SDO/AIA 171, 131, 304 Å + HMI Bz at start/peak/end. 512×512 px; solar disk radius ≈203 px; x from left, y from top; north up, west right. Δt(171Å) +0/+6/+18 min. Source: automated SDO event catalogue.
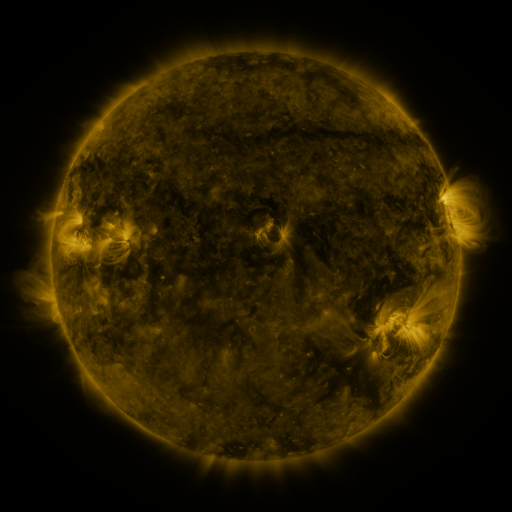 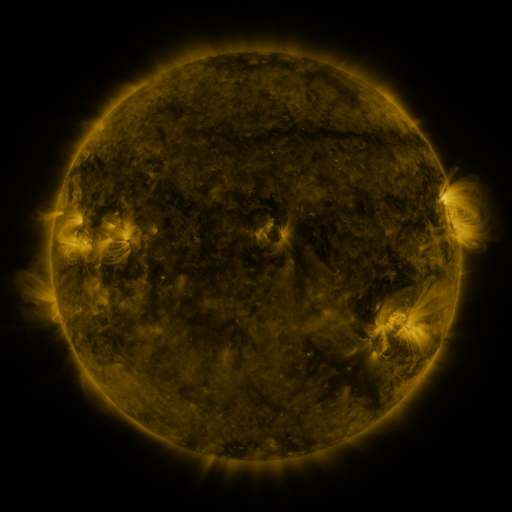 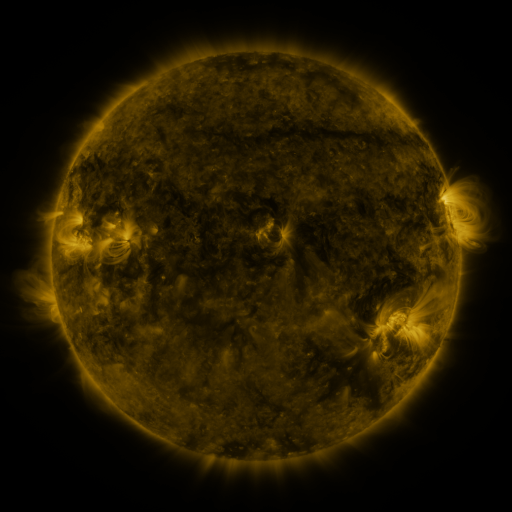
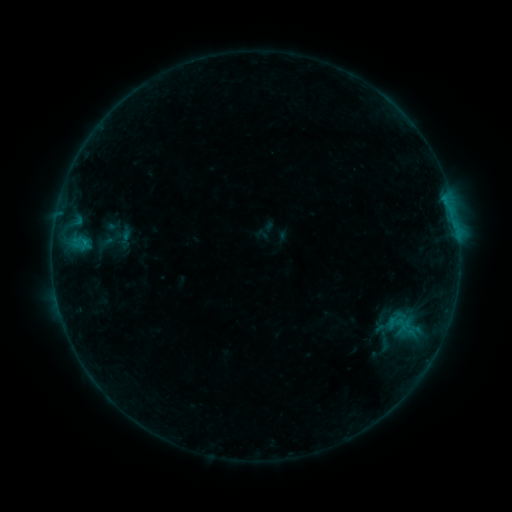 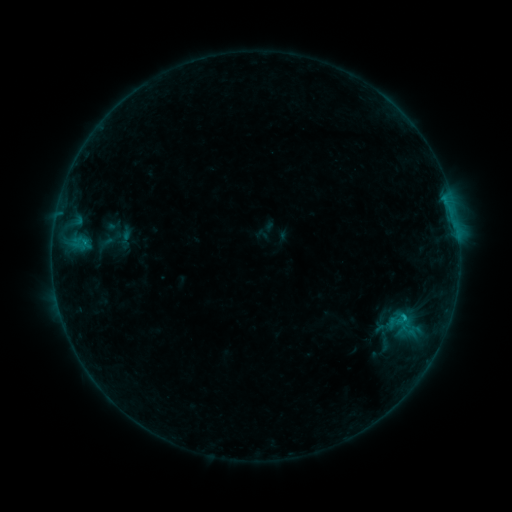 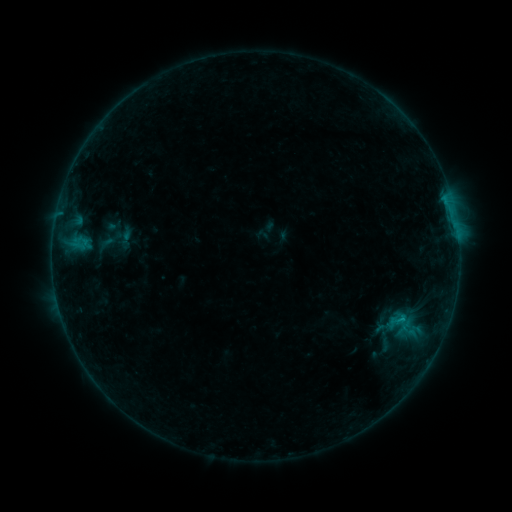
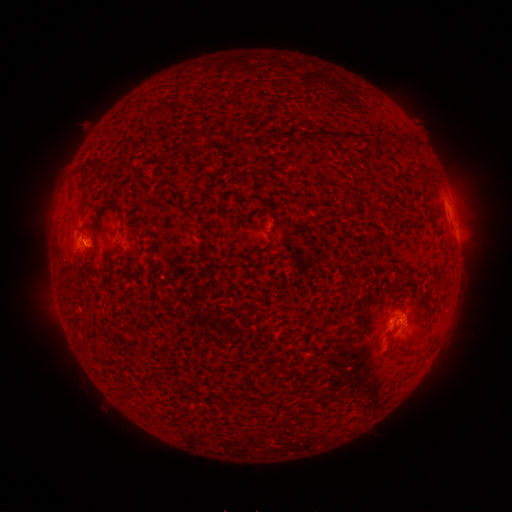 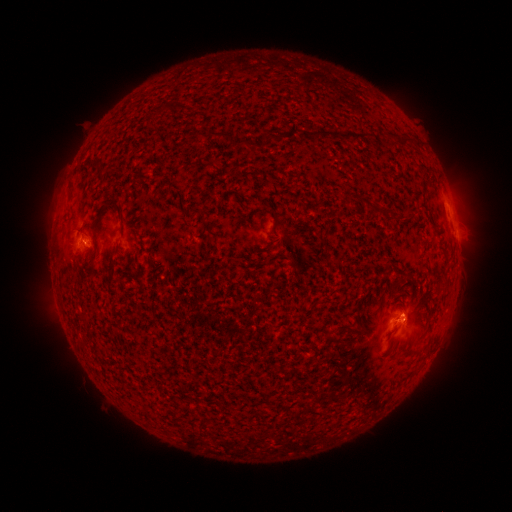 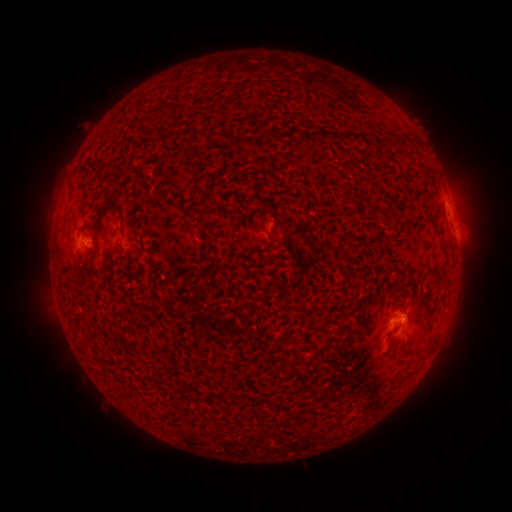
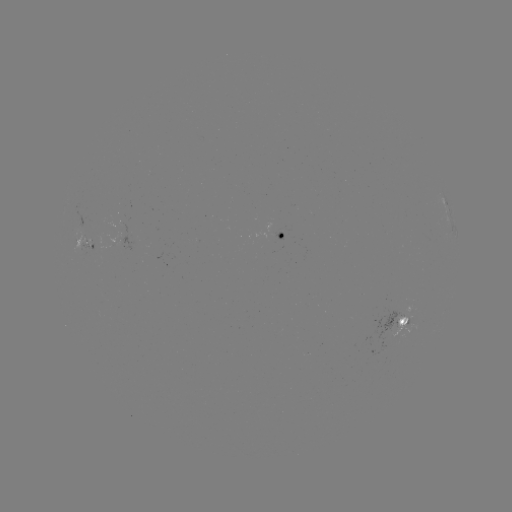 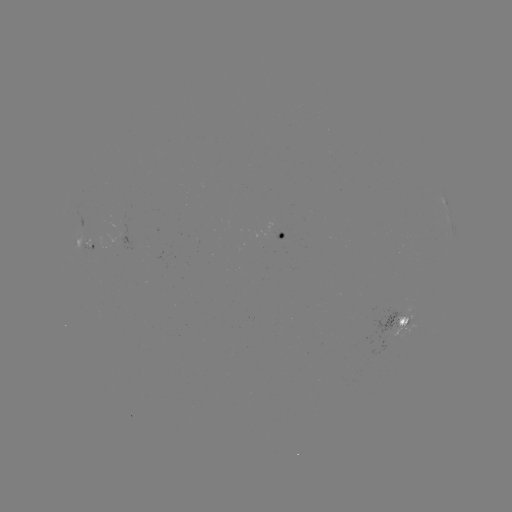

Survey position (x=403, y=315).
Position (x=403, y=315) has B5.6 flare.